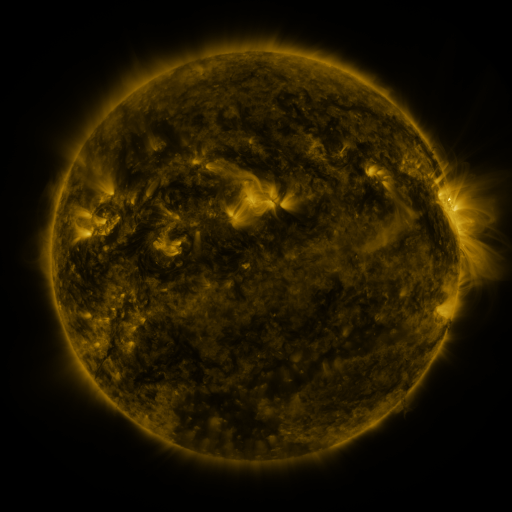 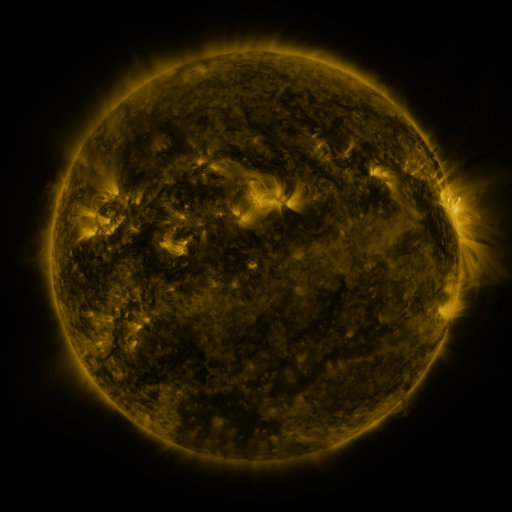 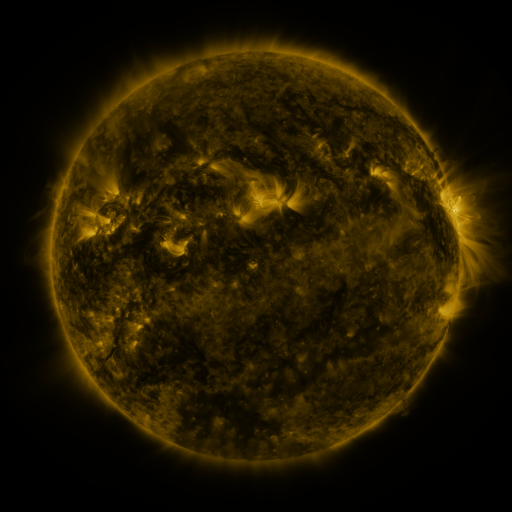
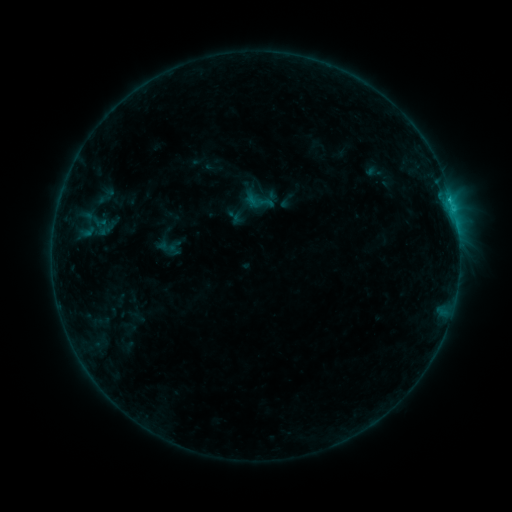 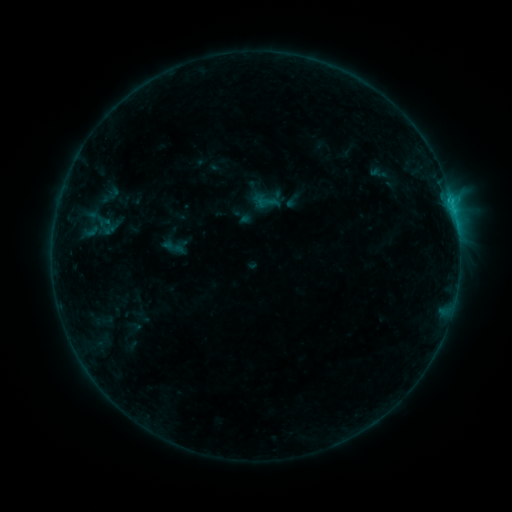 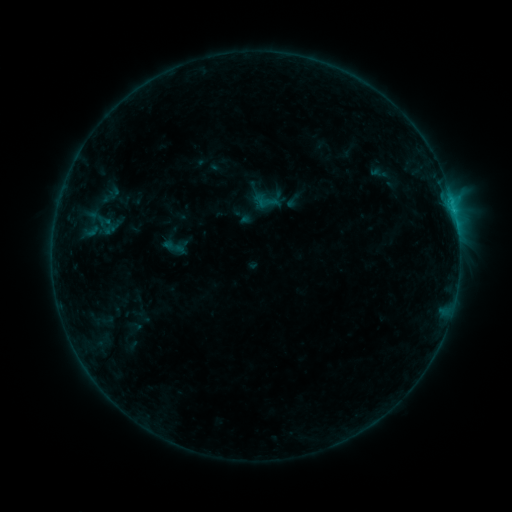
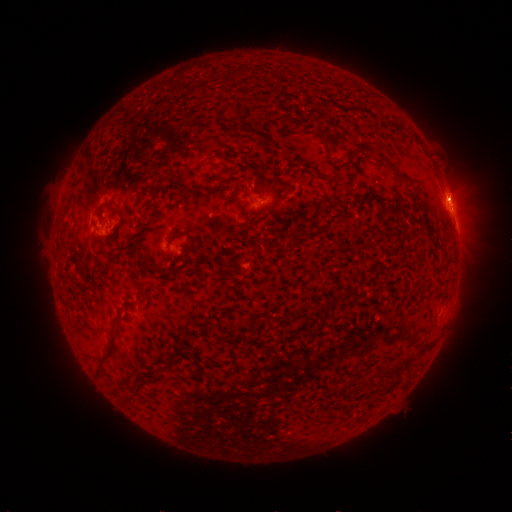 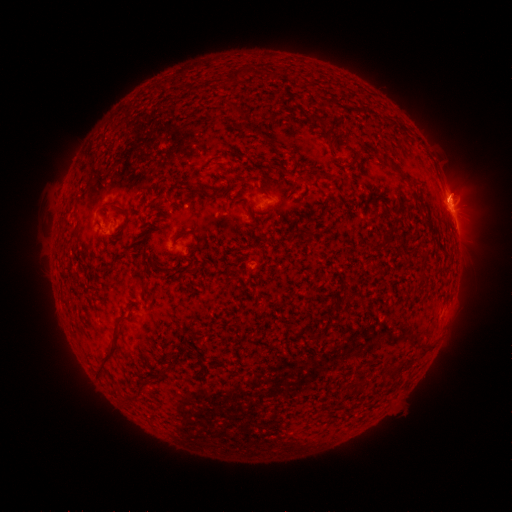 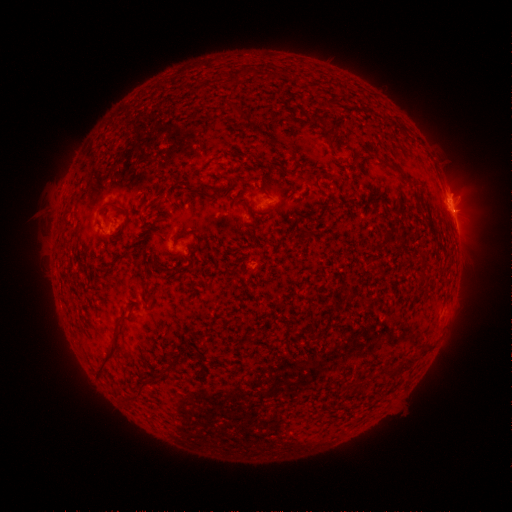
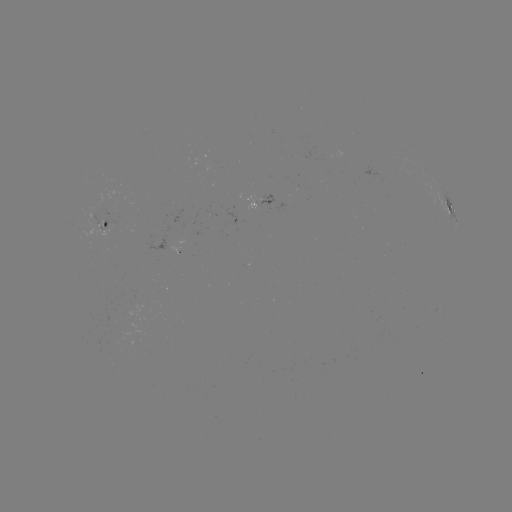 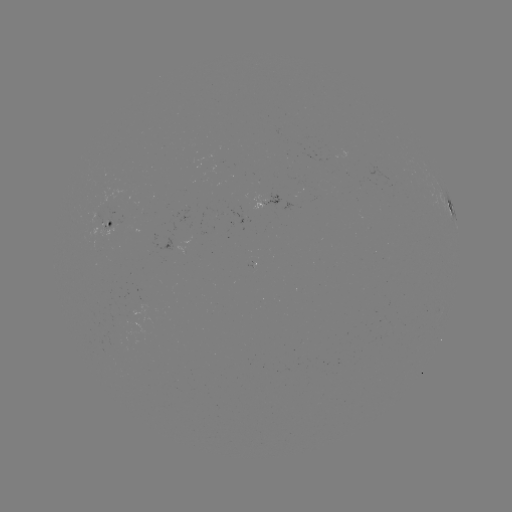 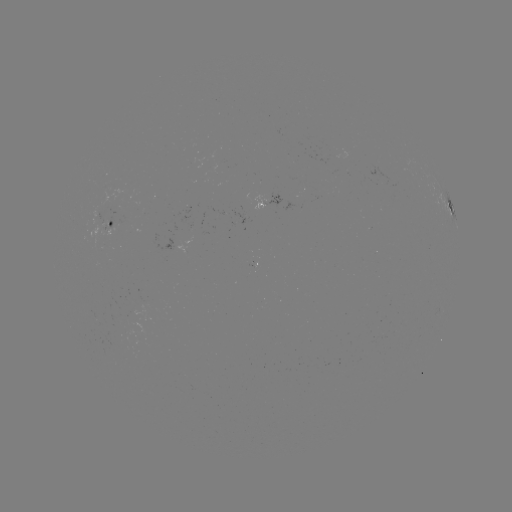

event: emerging-flux region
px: (315, 187)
